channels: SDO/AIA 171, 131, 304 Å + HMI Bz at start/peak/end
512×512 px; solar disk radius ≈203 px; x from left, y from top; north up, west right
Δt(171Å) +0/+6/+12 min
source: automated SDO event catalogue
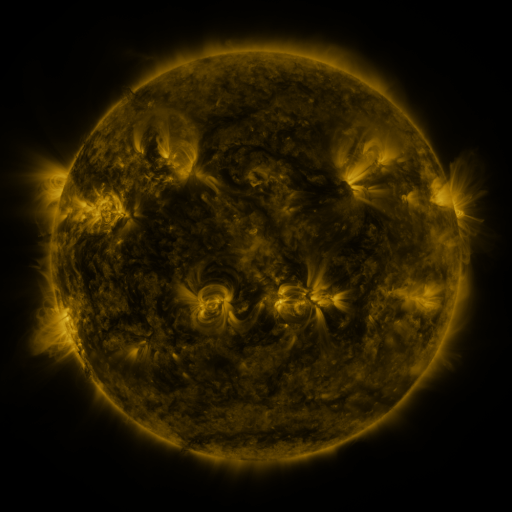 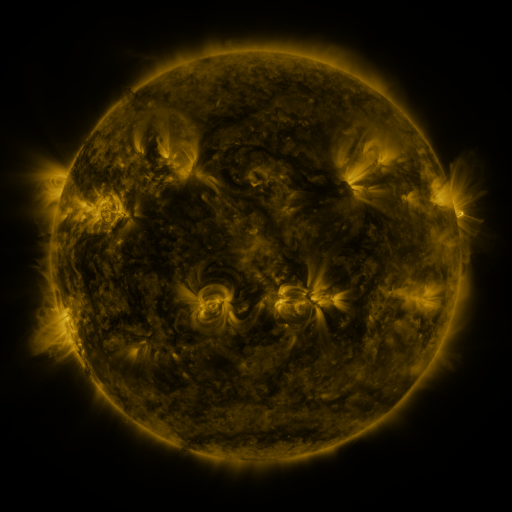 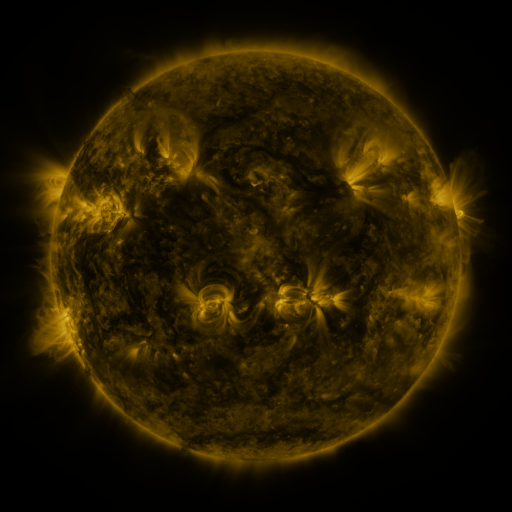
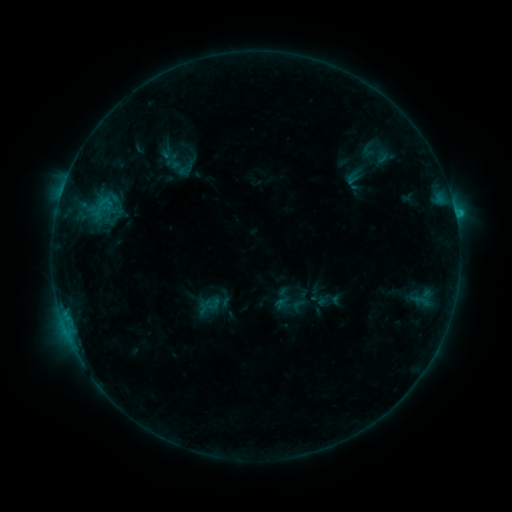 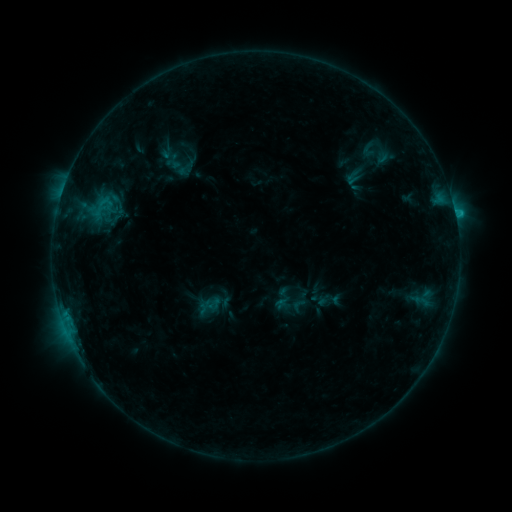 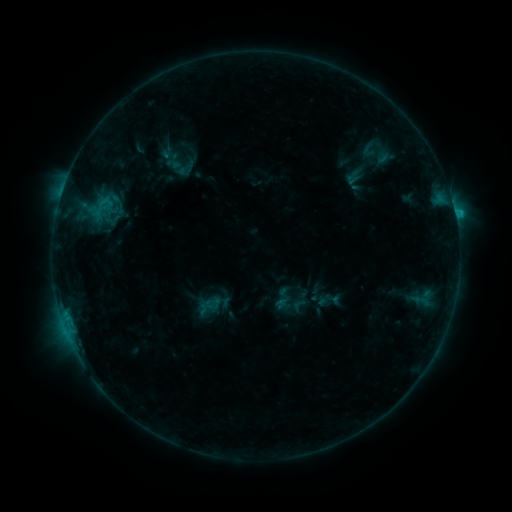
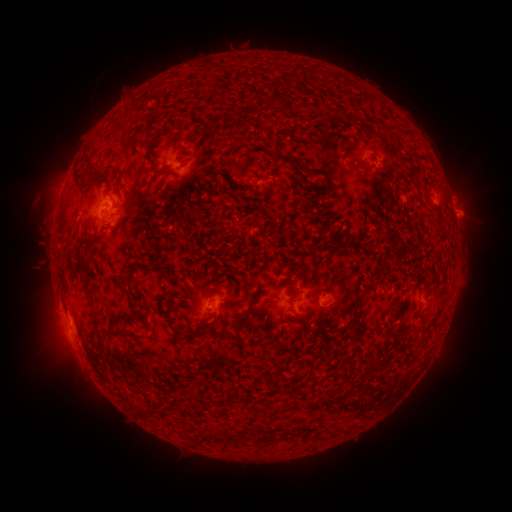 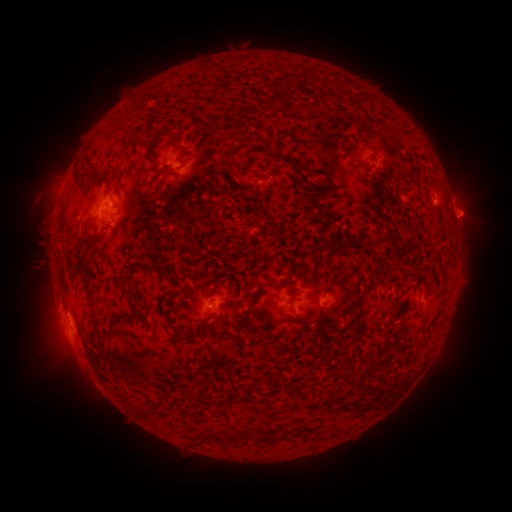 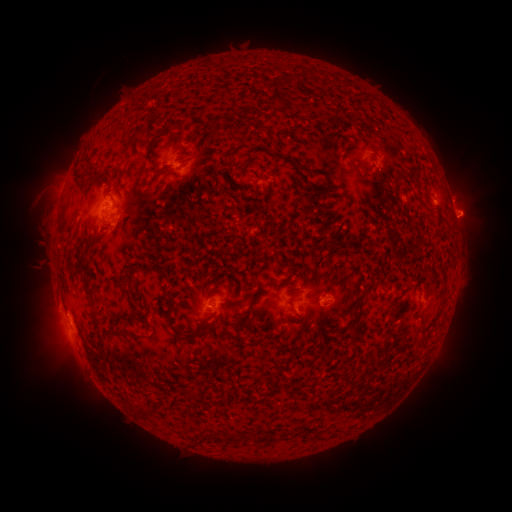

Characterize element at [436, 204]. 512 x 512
eruption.